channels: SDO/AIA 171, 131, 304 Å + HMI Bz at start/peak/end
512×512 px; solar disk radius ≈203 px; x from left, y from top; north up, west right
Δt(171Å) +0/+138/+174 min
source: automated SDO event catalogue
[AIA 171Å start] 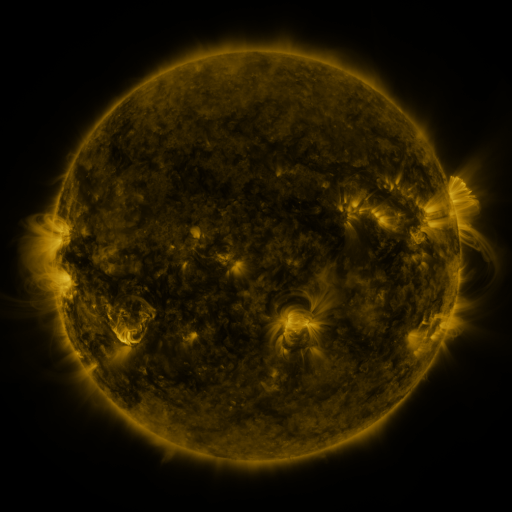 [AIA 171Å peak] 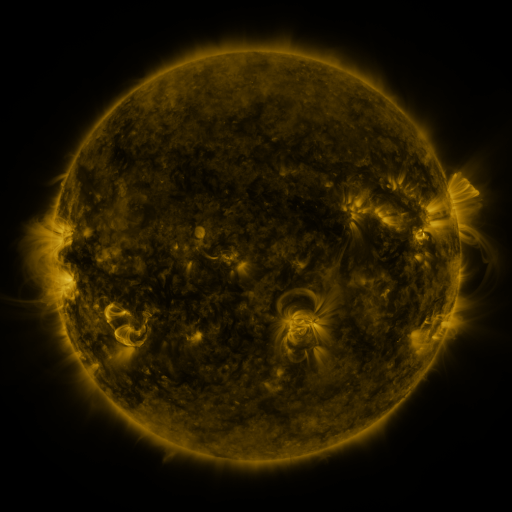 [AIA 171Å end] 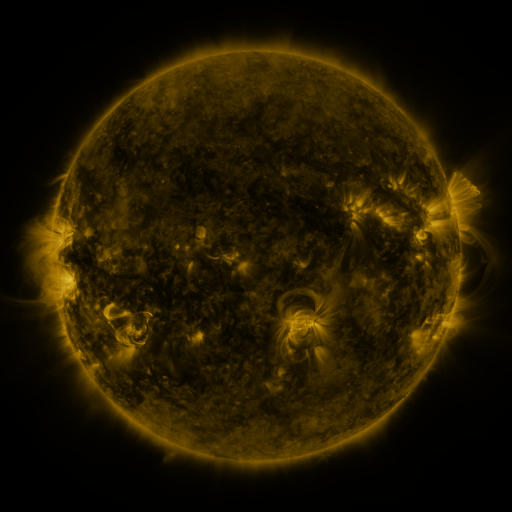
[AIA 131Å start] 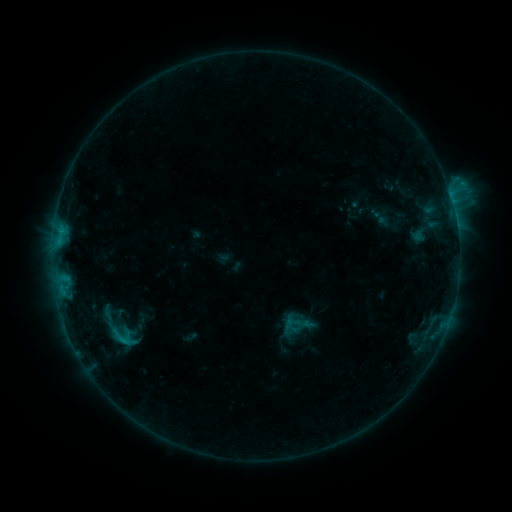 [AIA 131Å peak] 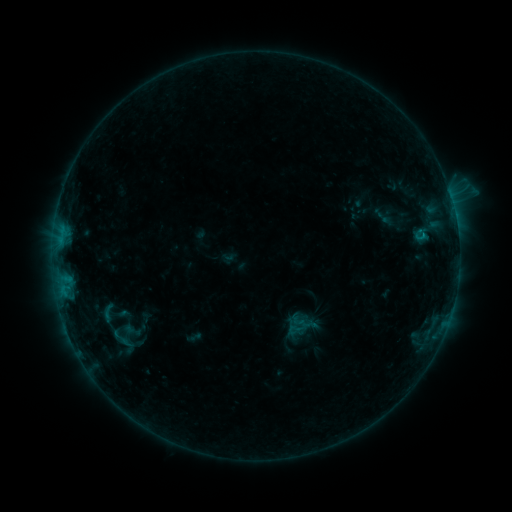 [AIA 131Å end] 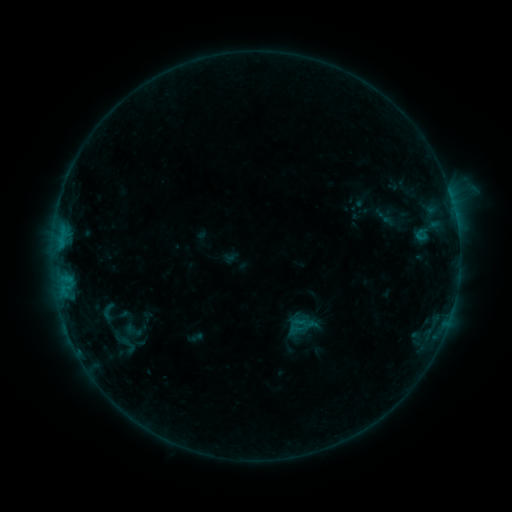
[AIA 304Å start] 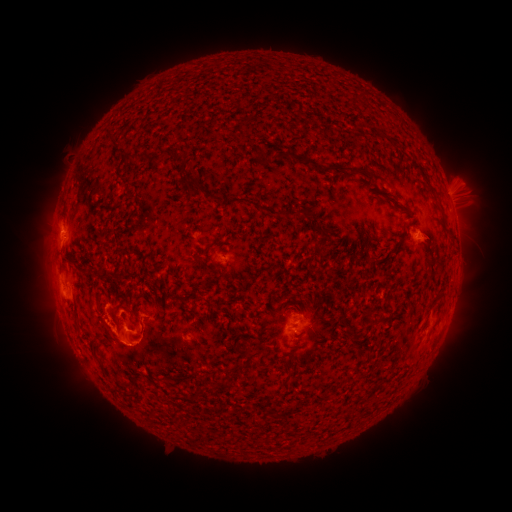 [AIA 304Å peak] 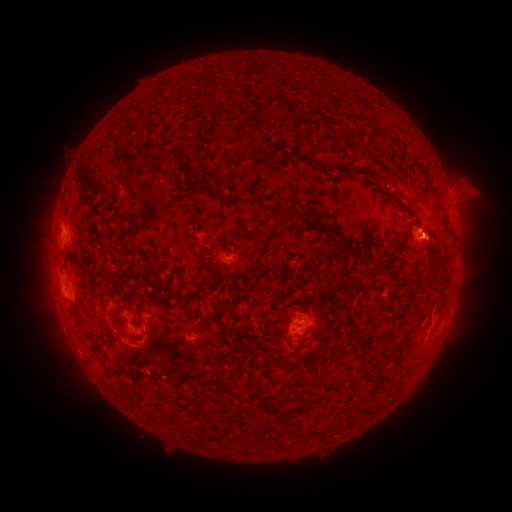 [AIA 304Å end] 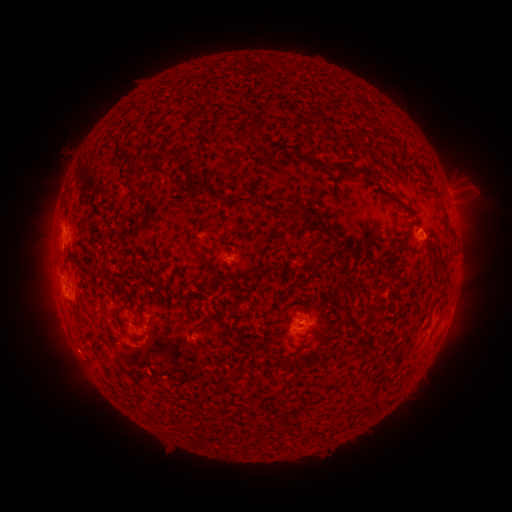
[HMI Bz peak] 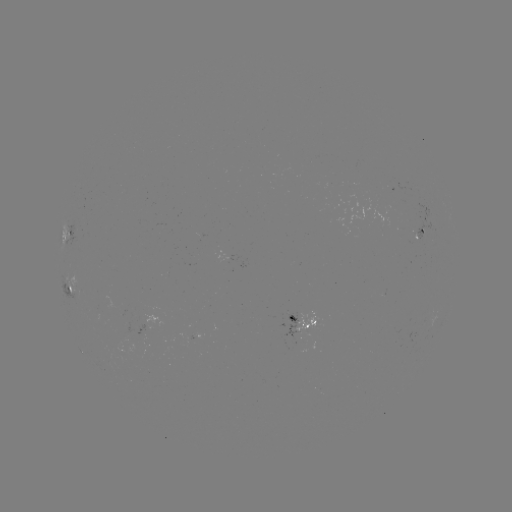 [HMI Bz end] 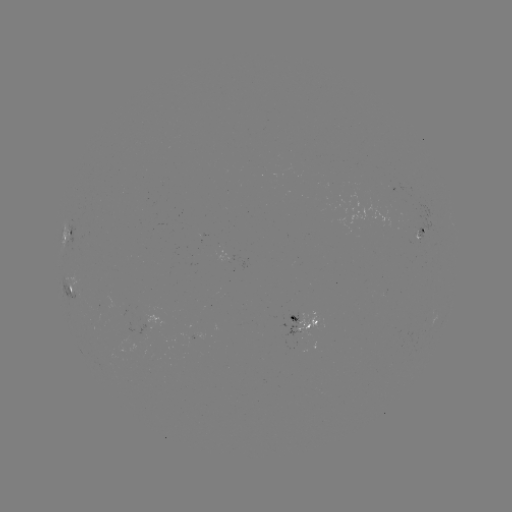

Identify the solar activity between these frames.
emerging-flux region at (296, 264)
